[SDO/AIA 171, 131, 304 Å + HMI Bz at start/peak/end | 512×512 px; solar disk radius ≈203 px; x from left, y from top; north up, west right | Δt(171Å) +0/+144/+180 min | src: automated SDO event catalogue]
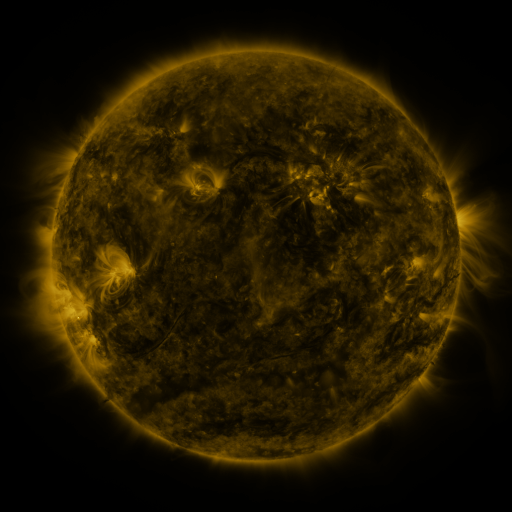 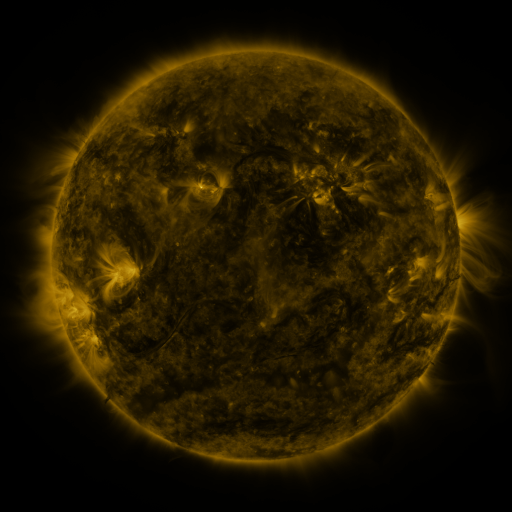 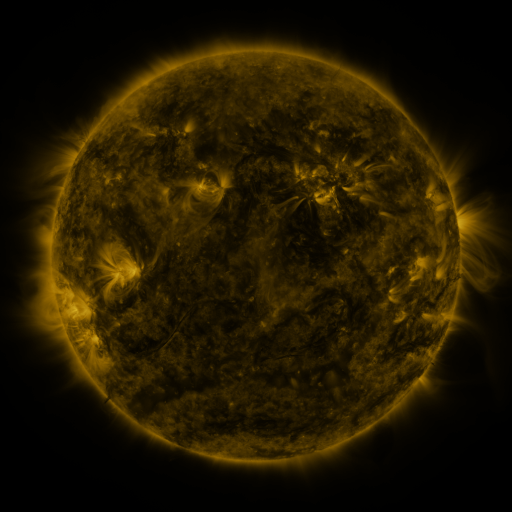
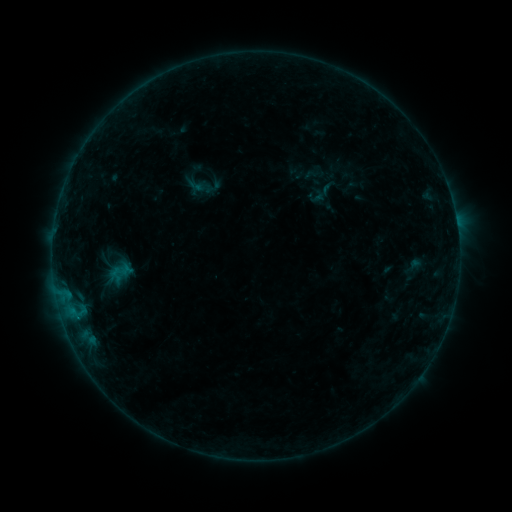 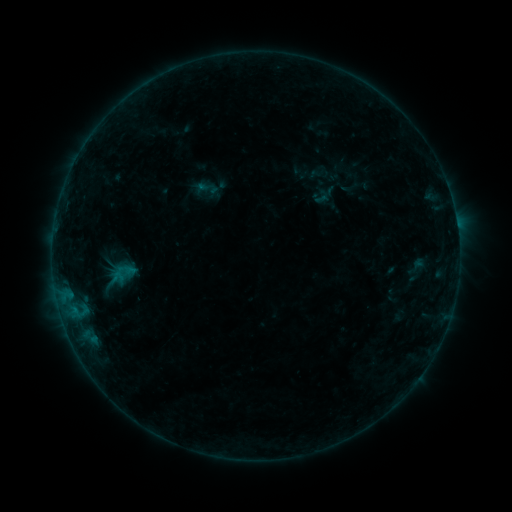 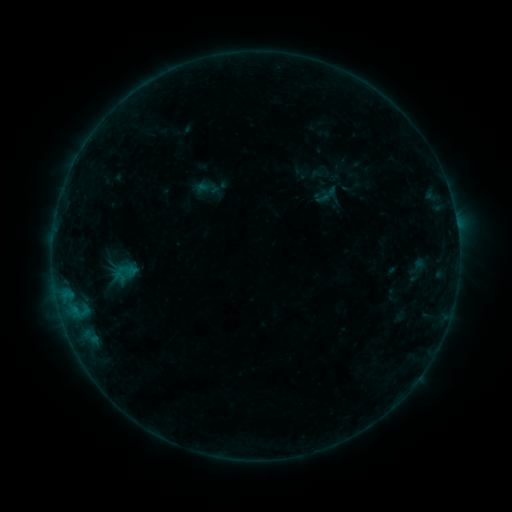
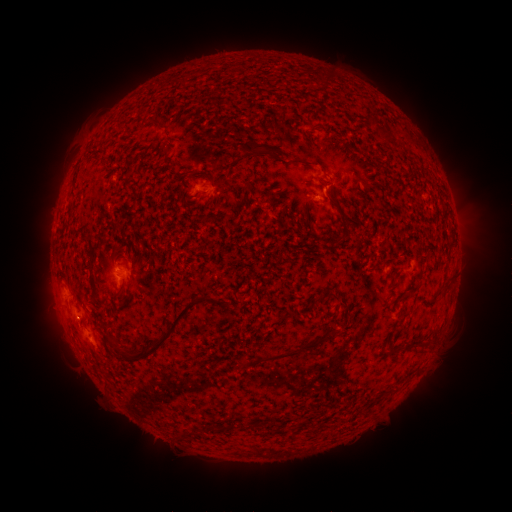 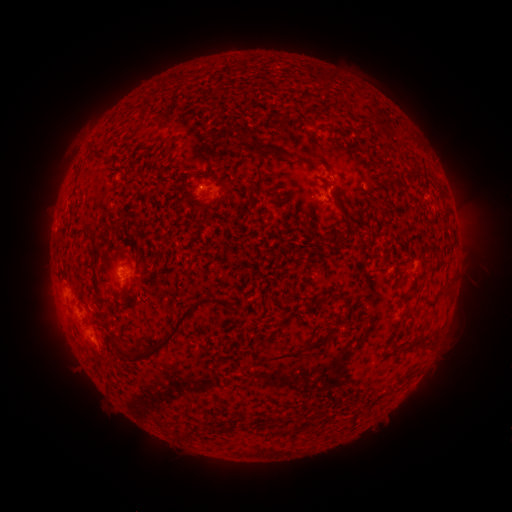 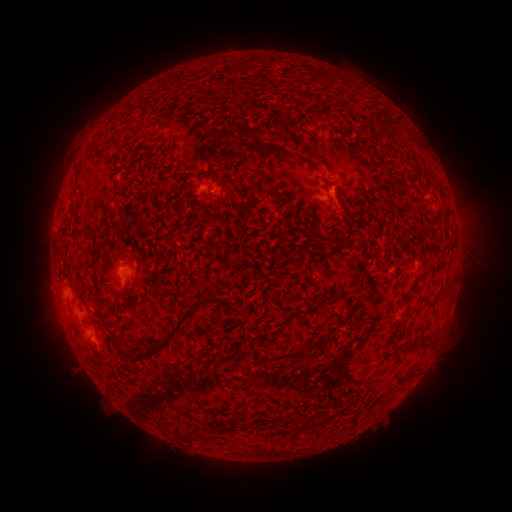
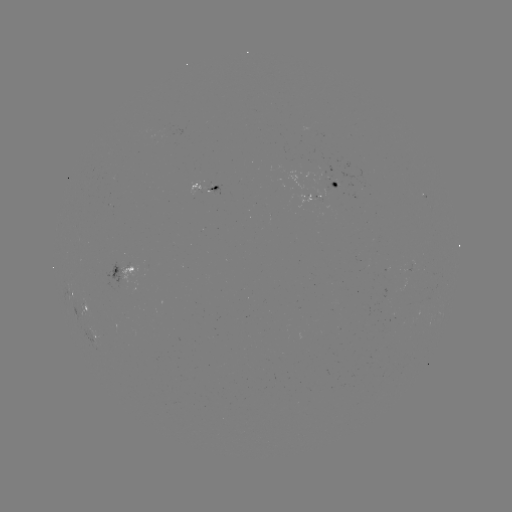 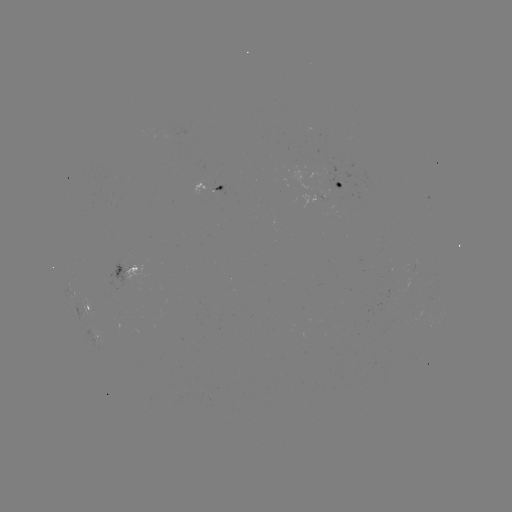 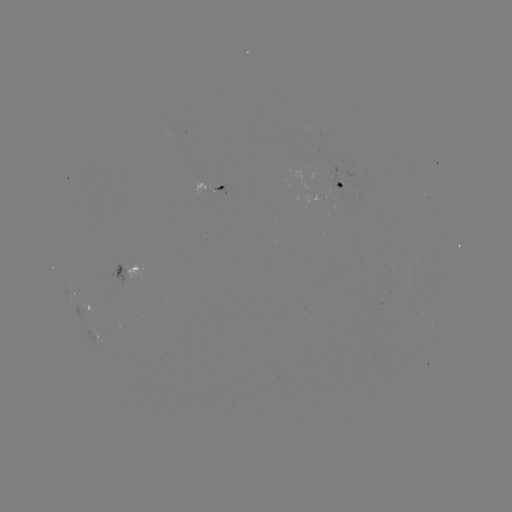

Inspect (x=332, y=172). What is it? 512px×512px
emerging-flux region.